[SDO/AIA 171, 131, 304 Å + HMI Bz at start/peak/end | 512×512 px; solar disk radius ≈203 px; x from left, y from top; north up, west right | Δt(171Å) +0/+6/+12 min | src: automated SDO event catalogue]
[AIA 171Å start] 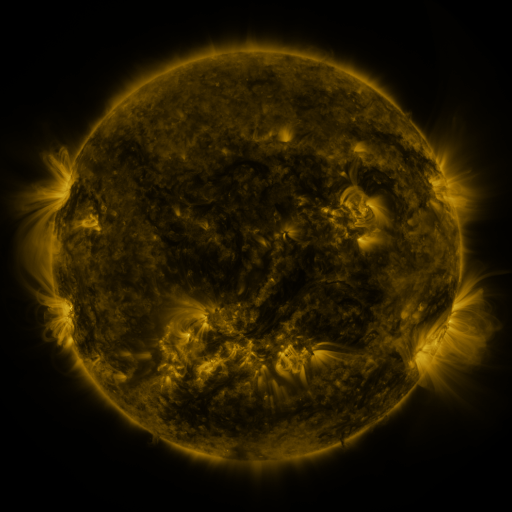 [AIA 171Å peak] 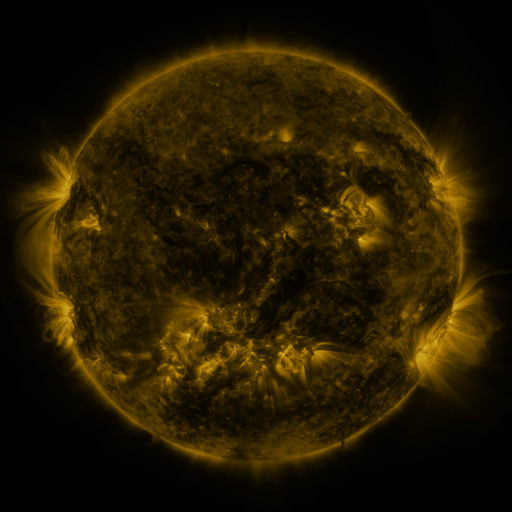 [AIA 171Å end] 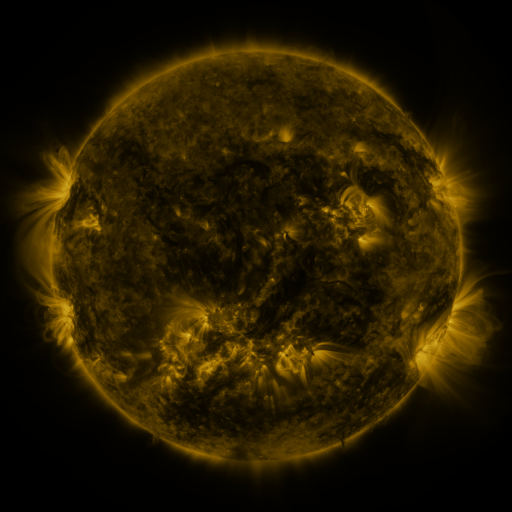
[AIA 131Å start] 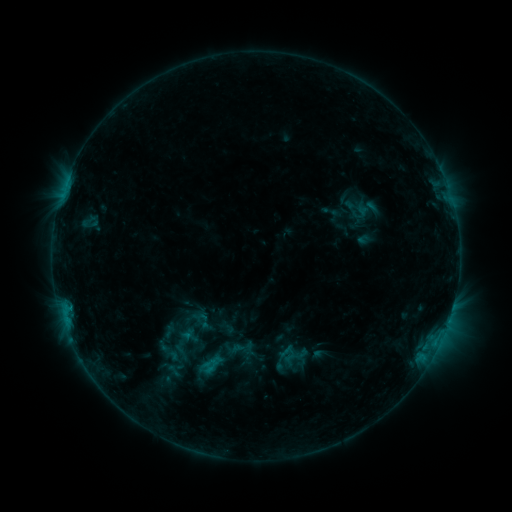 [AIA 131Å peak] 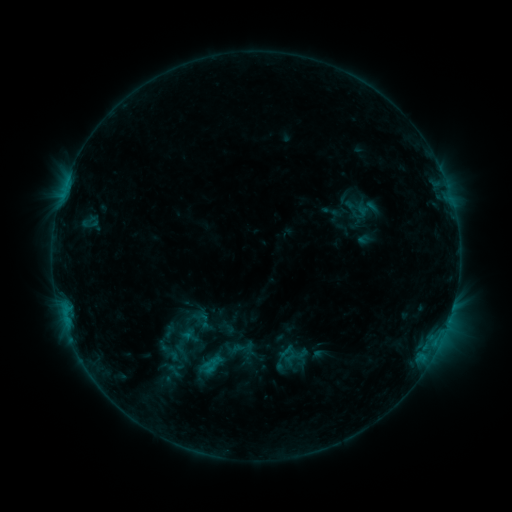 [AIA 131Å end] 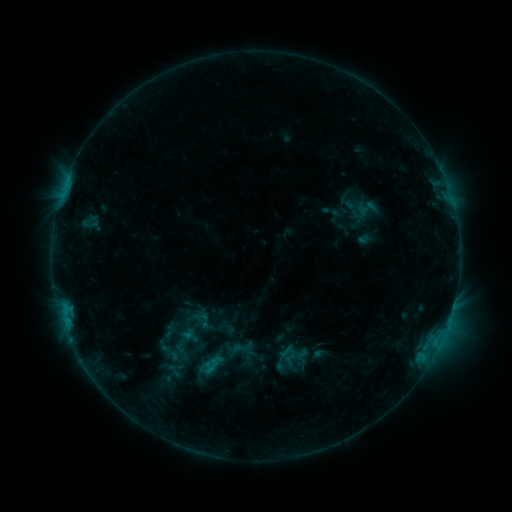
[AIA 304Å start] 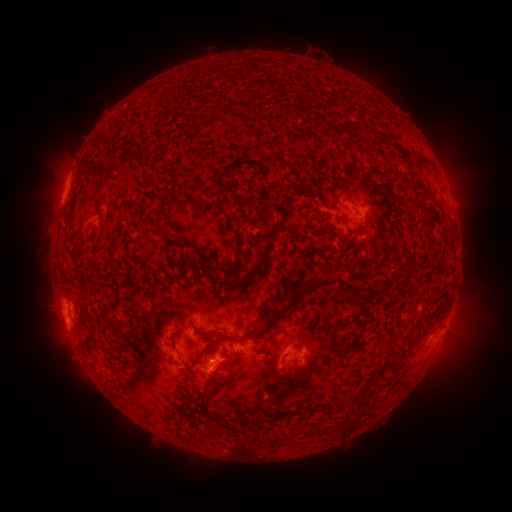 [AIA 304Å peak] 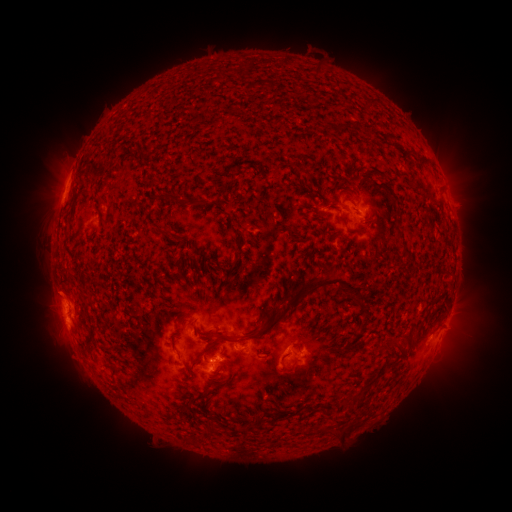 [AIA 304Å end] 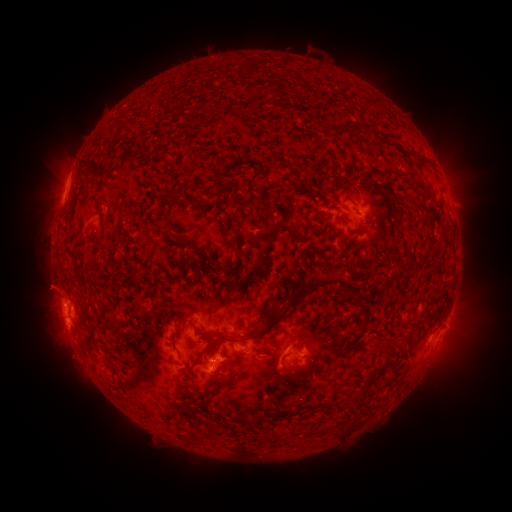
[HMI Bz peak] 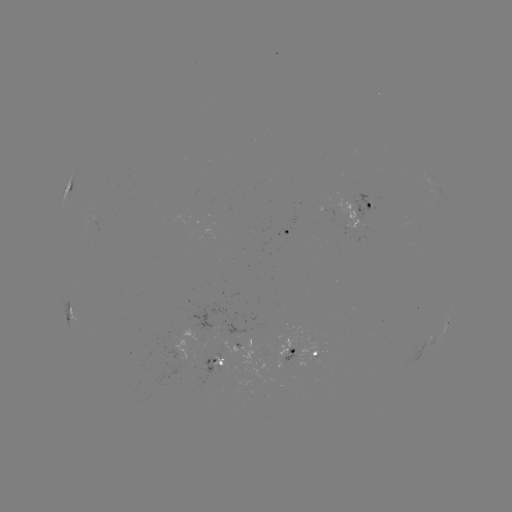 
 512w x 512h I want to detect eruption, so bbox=[22, 261, 86, 314].